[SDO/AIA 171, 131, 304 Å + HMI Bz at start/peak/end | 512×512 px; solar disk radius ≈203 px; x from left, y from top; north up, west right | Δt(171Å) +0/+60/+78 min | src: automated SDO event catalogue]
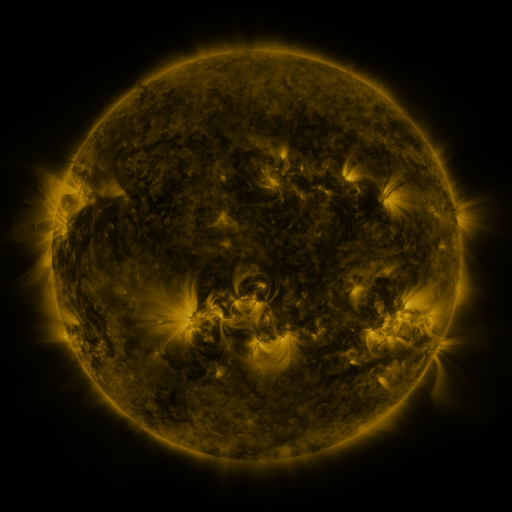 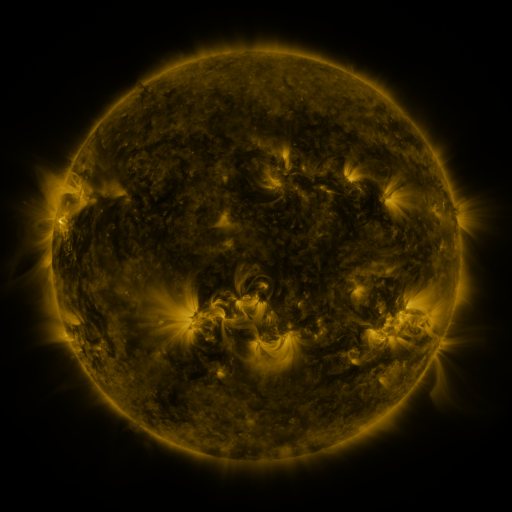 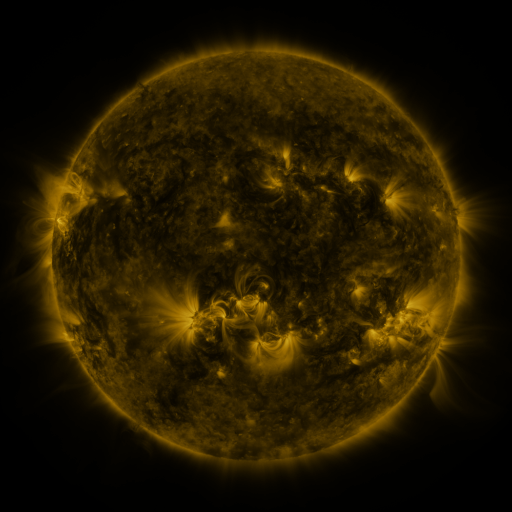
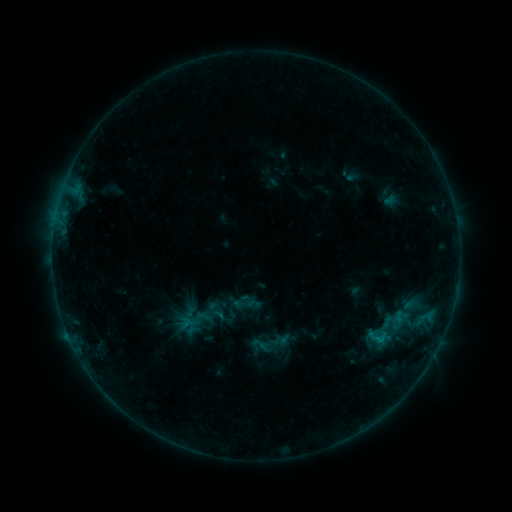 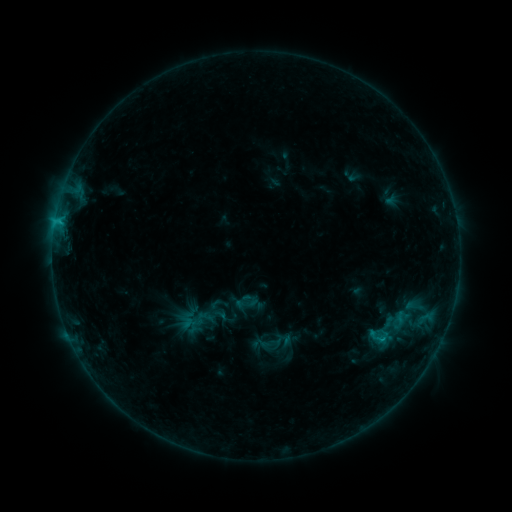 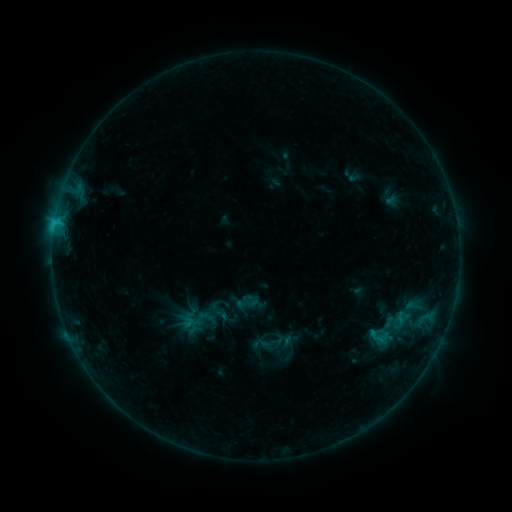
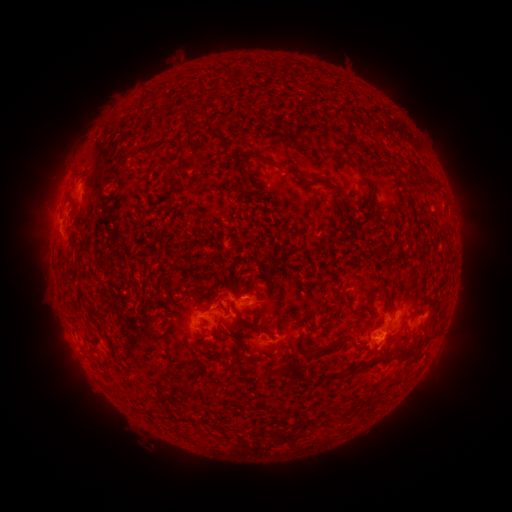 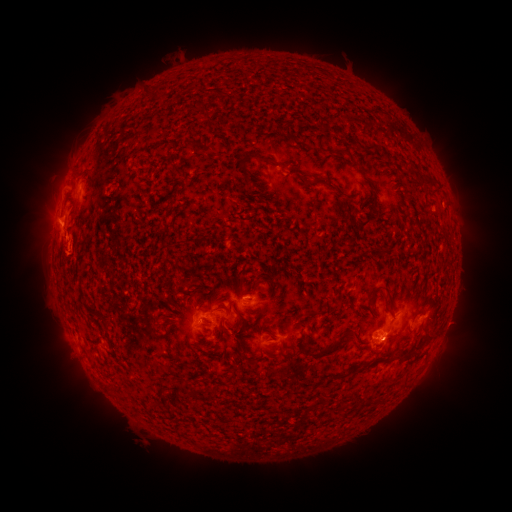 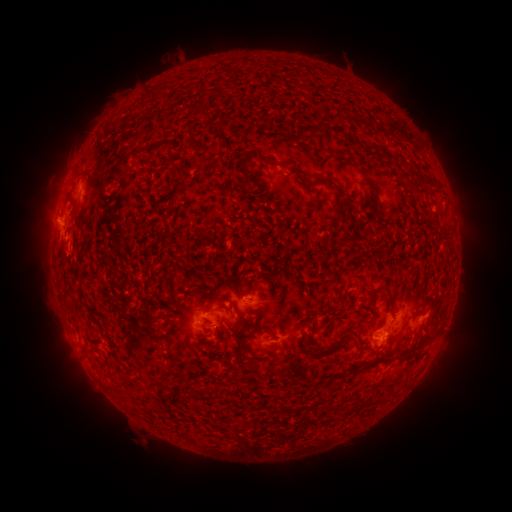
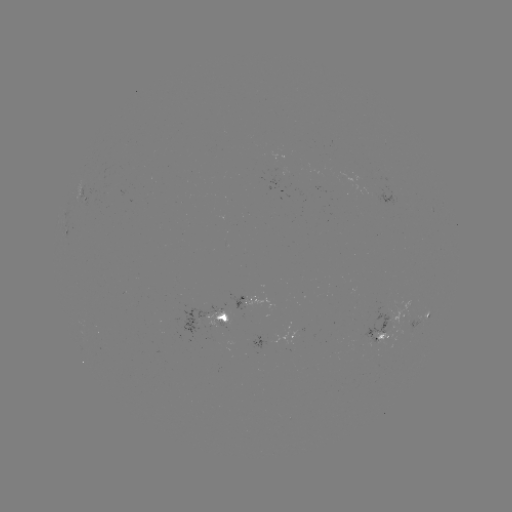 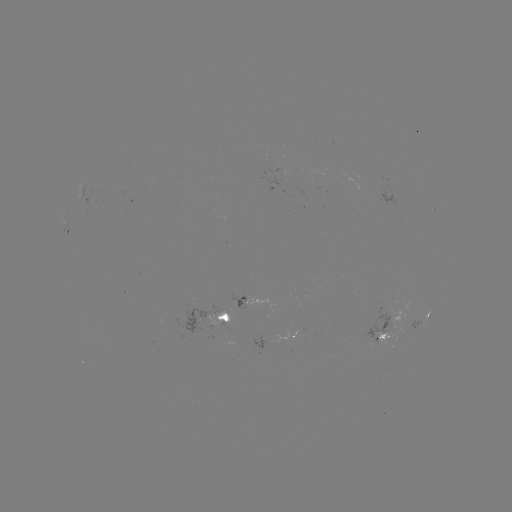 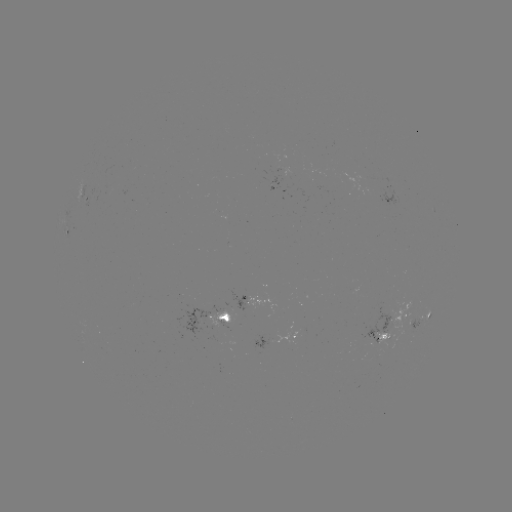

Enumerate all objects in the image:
C1.6 flare: (59, 224)
